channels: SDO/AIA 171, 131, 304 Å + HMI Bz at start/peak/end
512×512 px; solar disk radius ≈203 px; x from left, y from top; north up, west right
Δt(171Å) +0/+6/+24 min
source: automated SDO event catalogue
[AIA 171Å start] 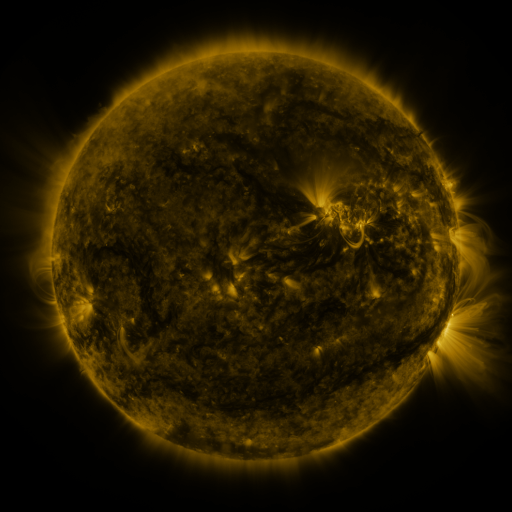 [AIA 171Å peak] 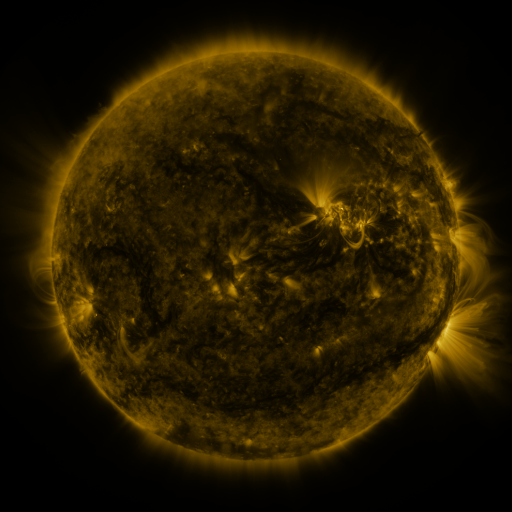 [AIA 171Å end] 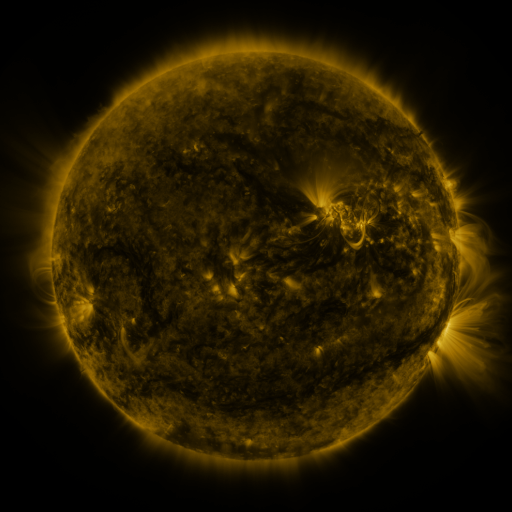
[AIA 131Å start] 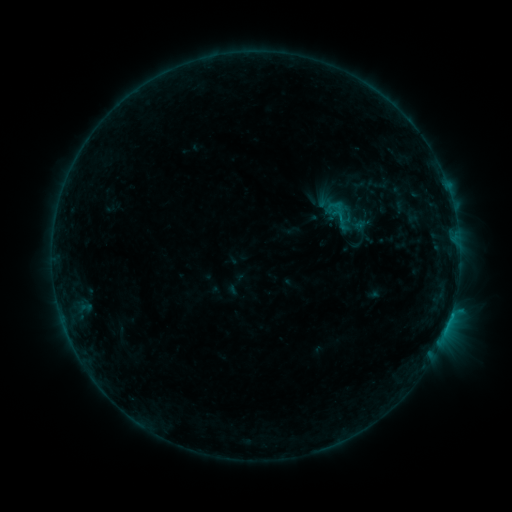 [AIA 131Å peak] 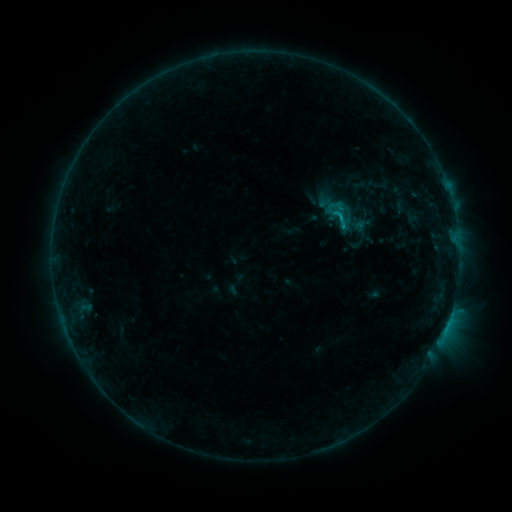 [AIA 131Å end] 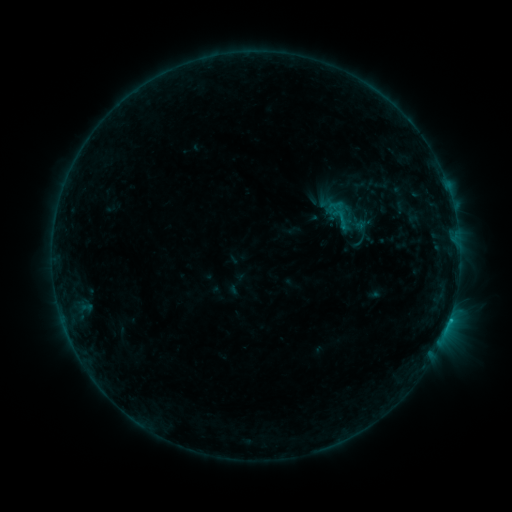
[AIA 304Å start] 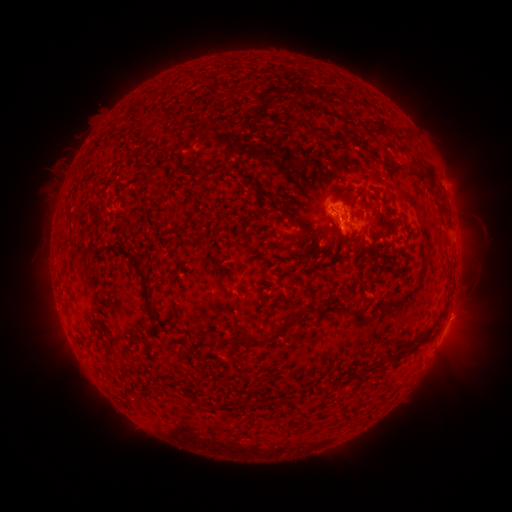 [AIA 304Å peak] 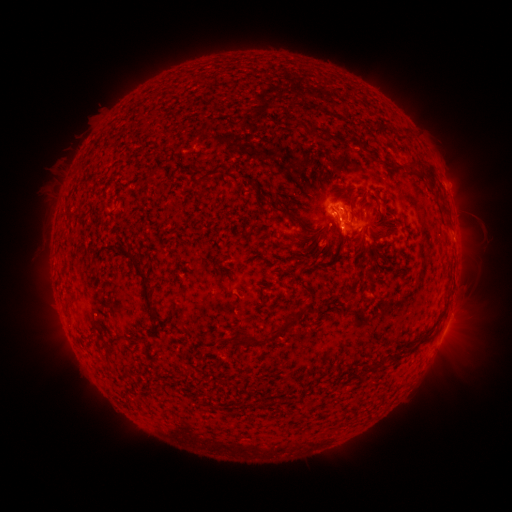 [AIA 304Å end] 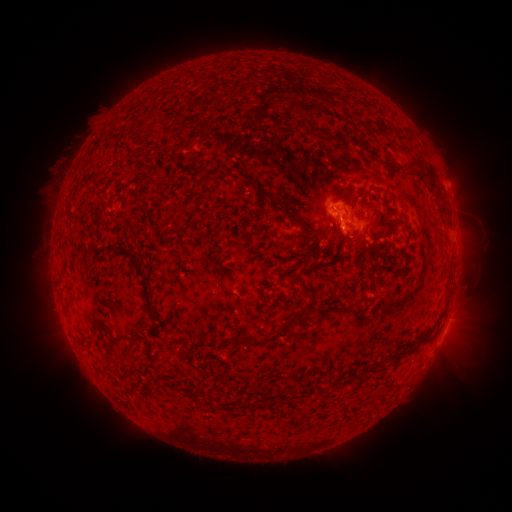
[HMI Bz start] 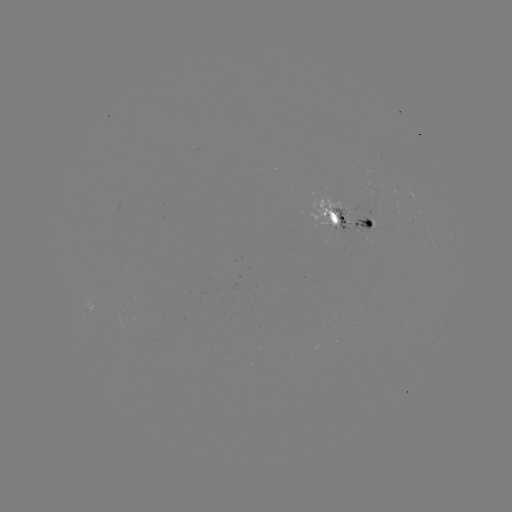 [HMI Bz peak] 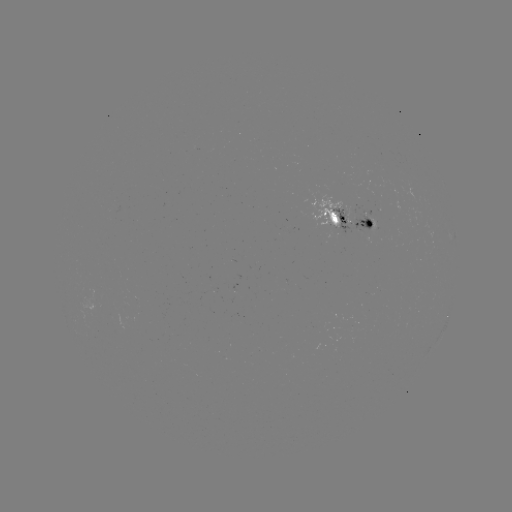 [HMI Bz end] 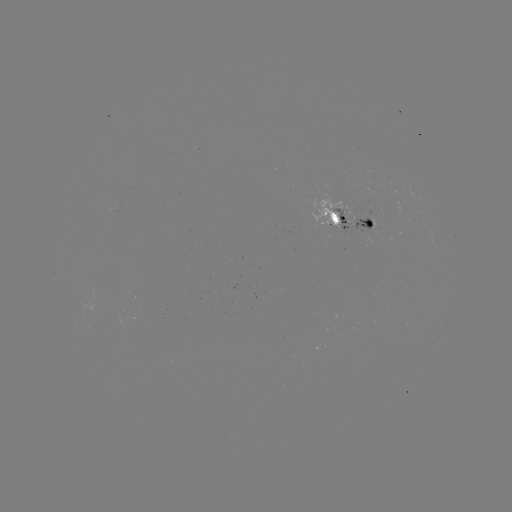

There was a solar flare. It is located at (340, 220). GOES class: C1.0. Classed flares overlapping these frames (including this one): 1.